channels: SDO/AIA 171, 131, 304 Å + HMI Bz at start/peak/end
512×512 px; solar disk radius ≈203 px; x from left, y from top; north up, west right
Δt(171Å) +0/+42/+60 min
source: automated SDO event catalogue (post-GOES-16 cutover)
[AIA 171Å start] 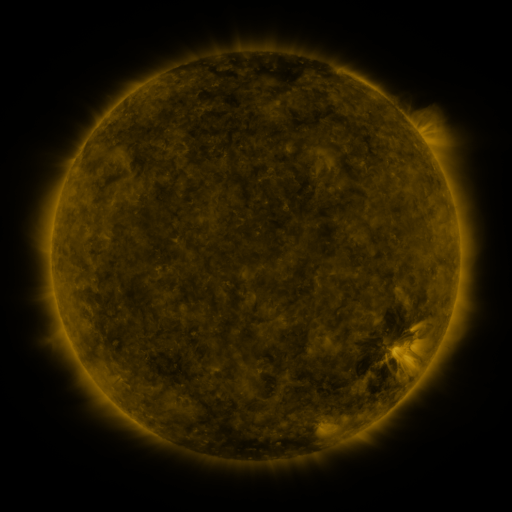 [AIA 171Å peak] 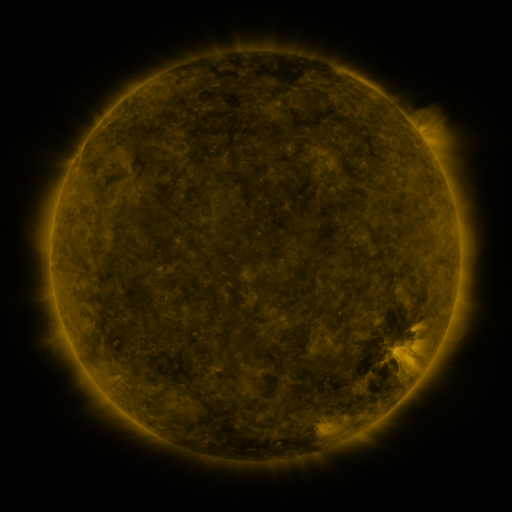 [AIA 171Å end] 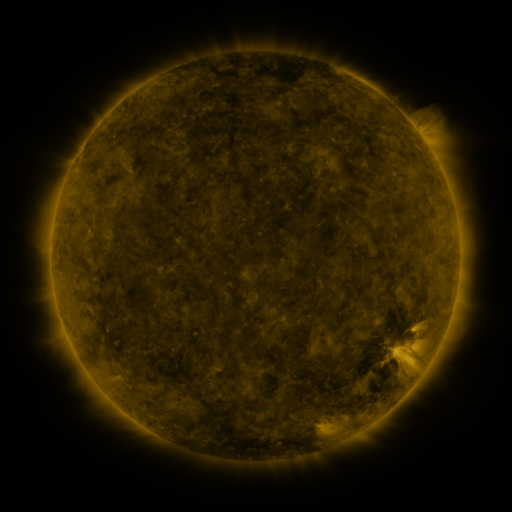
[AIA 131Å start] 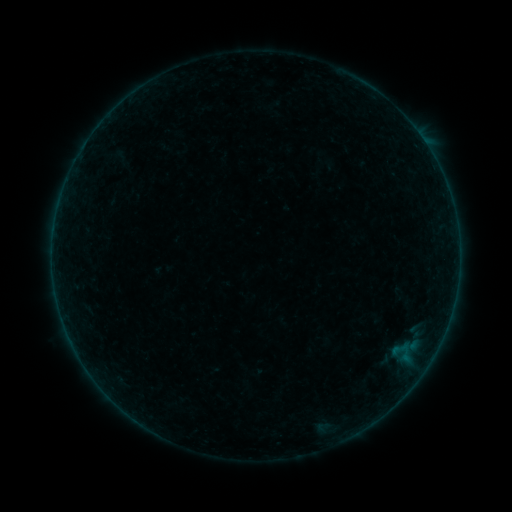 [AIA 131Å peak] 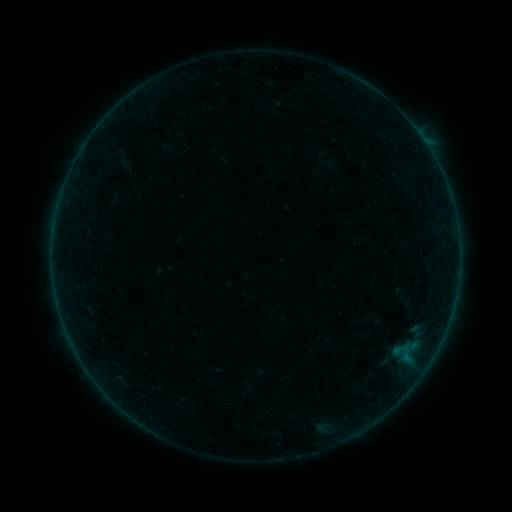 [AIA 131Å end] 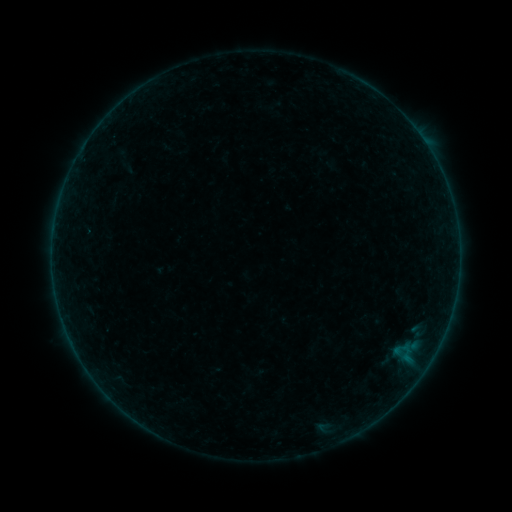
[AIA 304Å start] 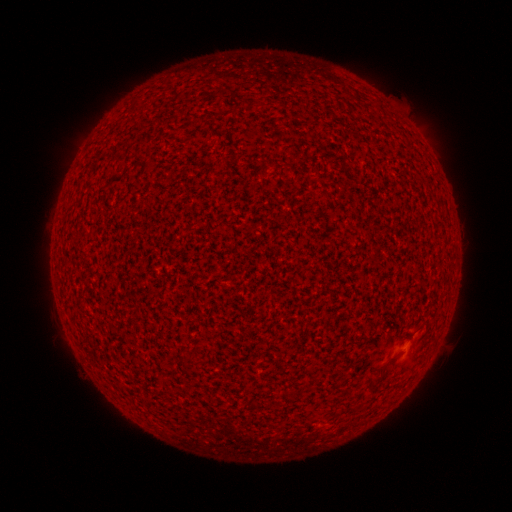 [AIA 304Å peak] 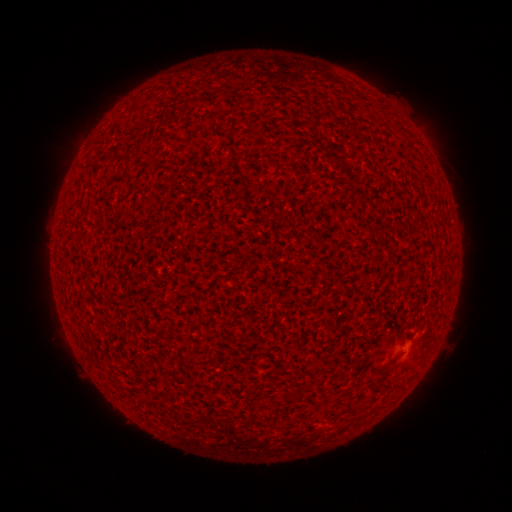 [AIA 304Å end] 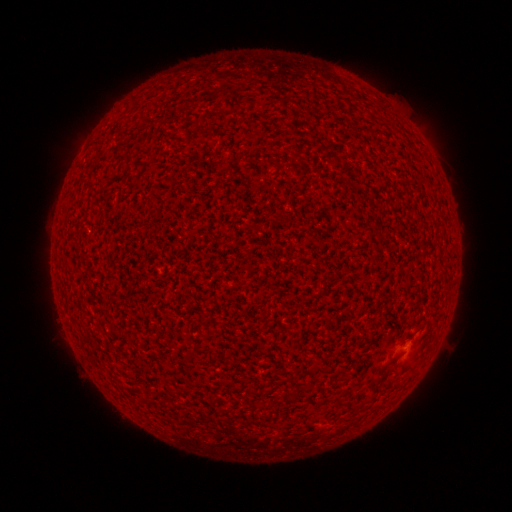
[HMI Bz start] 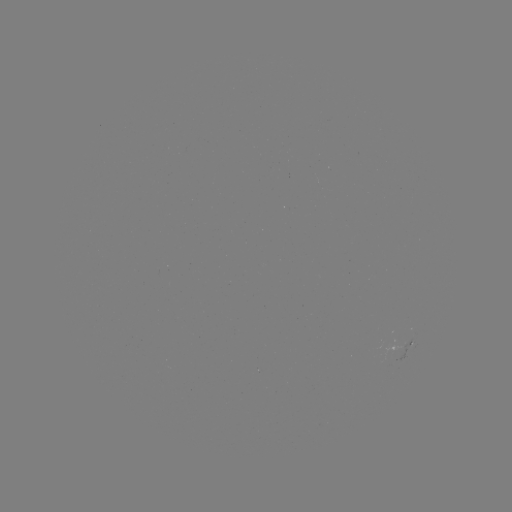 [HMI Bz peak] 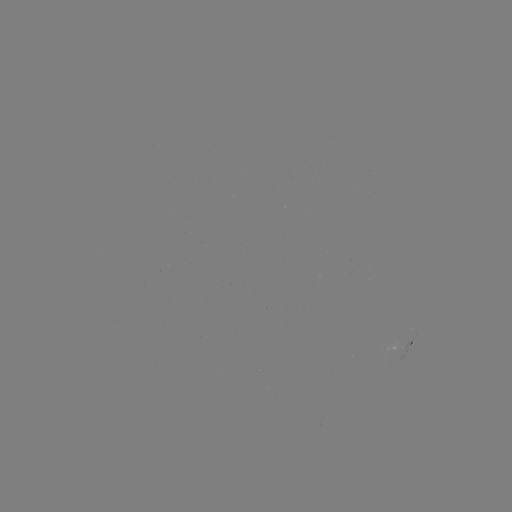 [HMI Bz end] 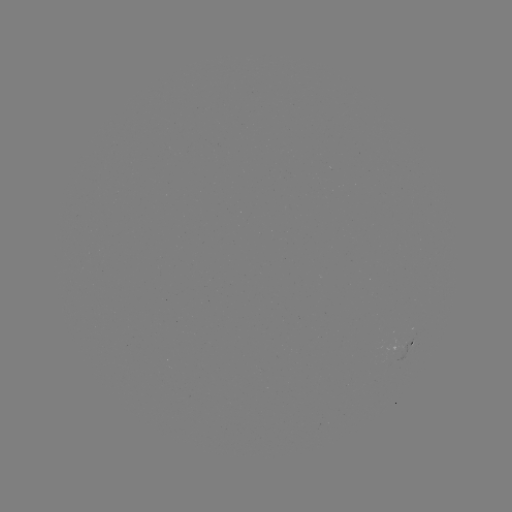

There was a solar flare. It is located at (409, 349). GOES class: A2.4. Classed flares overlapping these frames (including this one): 1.